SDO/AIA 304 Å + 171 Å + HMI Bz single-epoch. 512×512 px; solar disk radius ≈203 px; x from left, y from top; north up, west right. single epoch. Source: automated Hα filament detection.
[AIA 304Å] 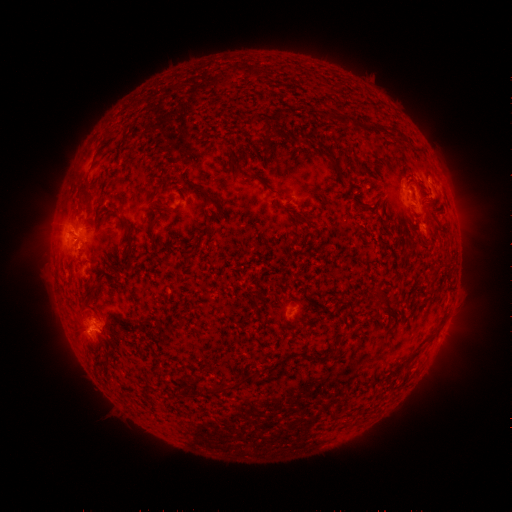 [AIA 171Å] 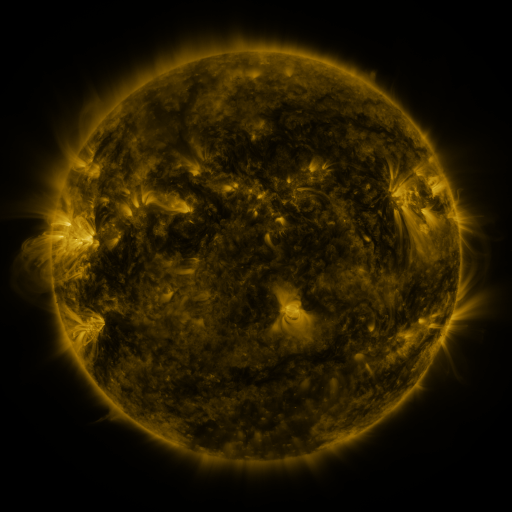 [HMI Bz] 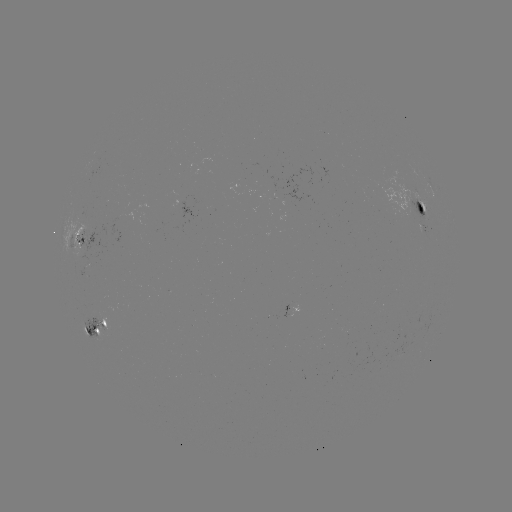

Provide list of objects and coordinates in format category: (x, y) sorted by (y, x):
filament: (268, 136)
filament: (422, 191)
filament: (80, 192)
filament: (209, 199)
filament: (301, 220)
filament: (151, 233)
filament: (131, 235)
filament: (90, 291)
filament: (257, 296)
filament: (226, 388)
filament: (187, 393)
